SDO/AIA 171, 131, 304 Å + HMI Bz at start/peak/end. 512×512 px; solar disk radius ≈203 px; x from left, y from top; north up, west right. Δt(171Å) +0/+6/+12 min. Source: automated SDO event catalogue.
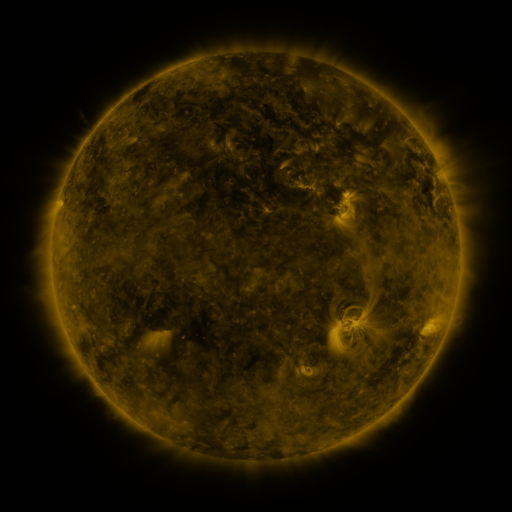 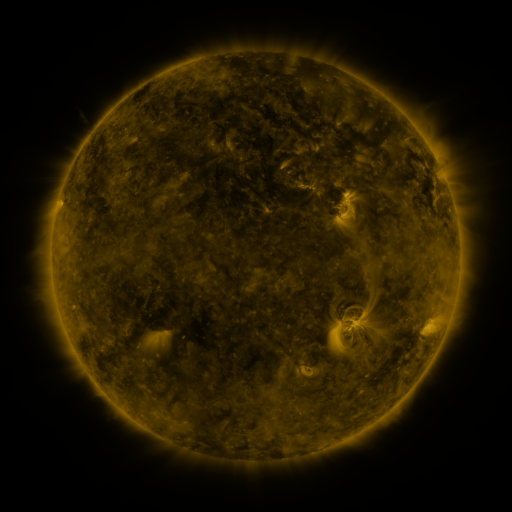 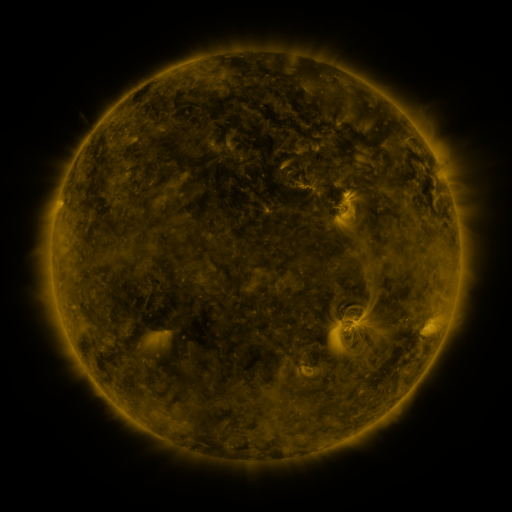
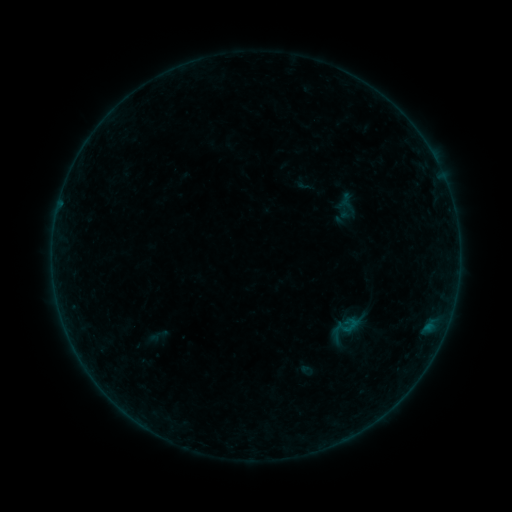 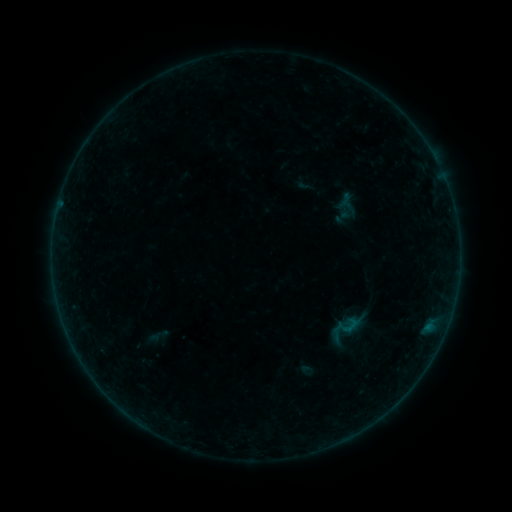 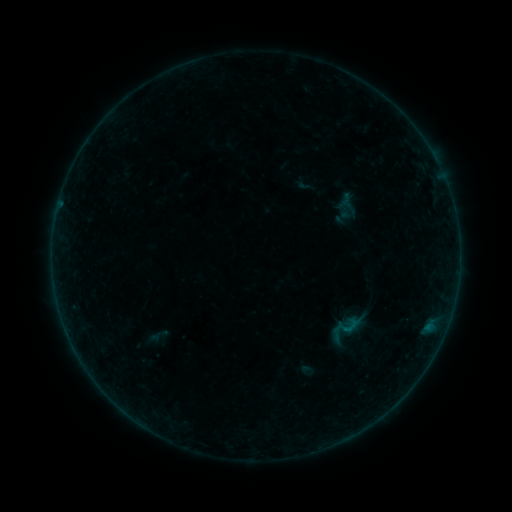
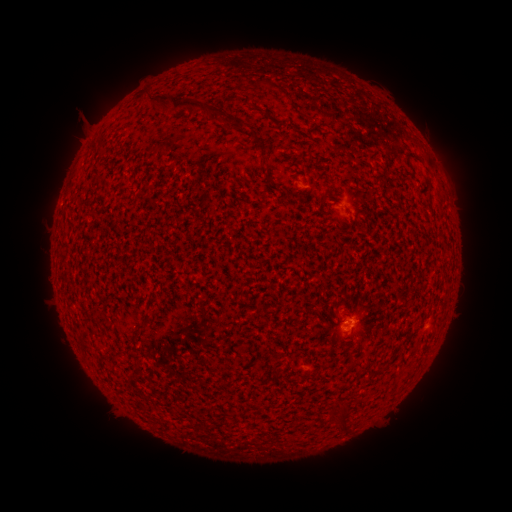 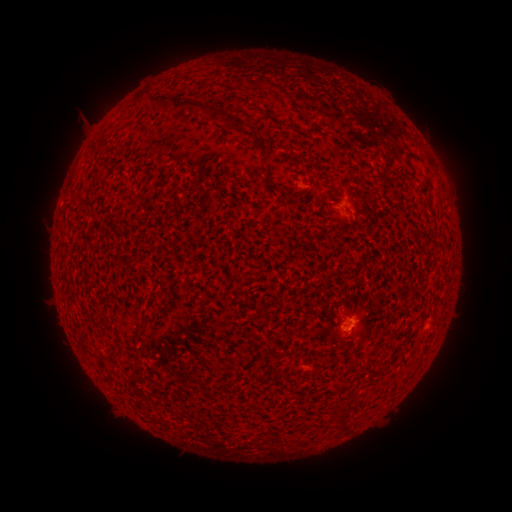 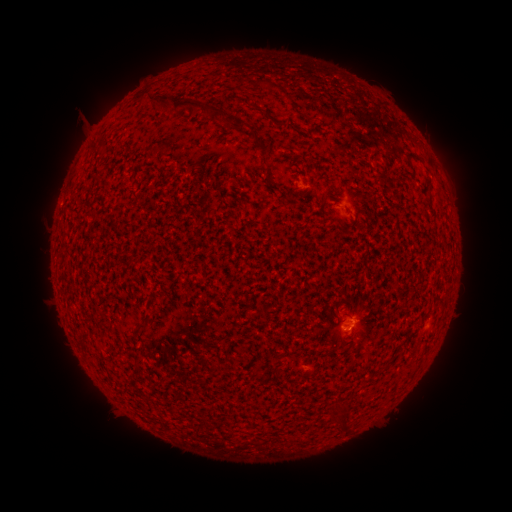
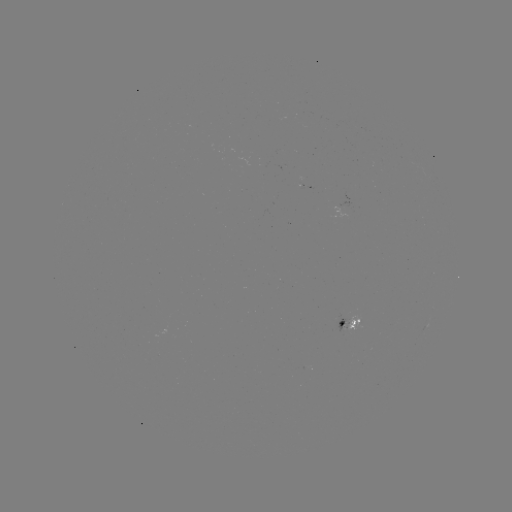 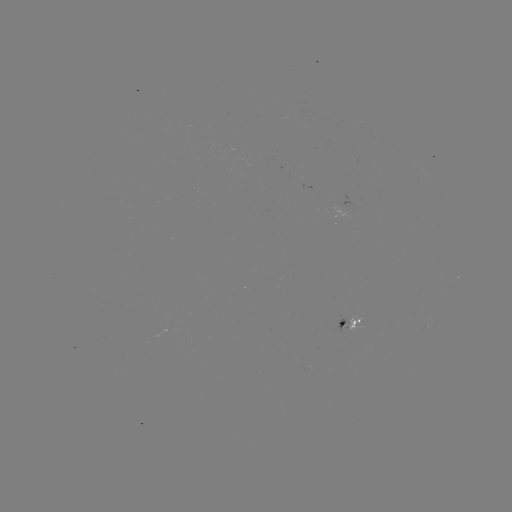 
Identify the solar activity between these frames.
B1.1 flare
